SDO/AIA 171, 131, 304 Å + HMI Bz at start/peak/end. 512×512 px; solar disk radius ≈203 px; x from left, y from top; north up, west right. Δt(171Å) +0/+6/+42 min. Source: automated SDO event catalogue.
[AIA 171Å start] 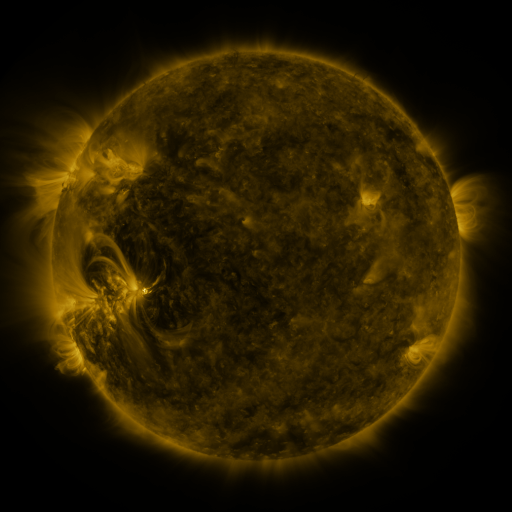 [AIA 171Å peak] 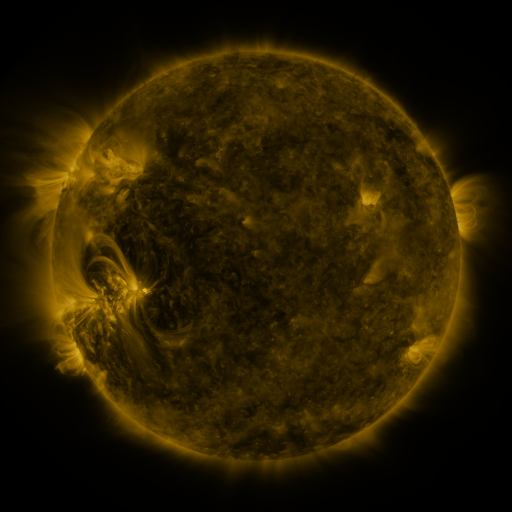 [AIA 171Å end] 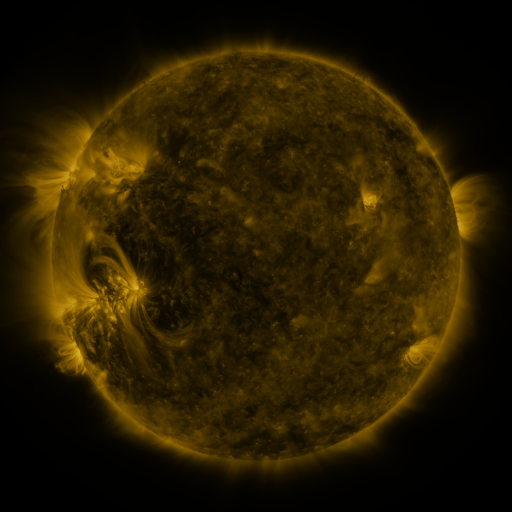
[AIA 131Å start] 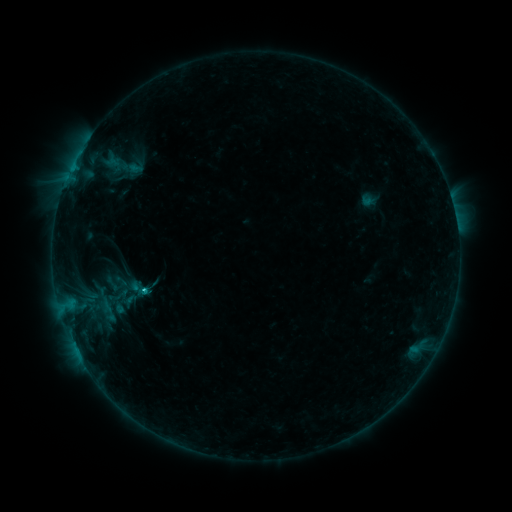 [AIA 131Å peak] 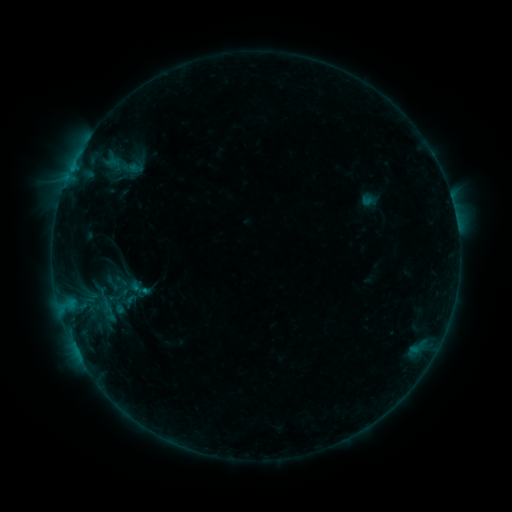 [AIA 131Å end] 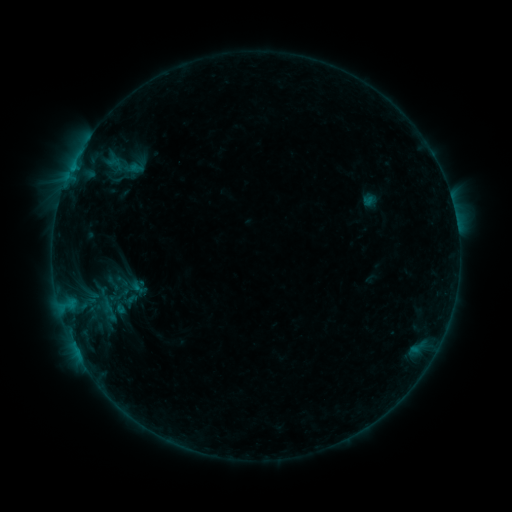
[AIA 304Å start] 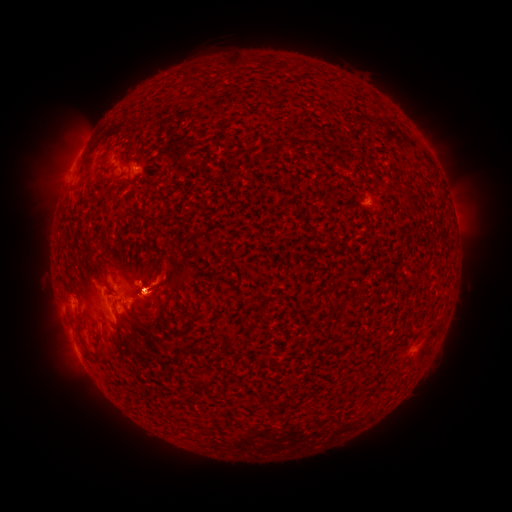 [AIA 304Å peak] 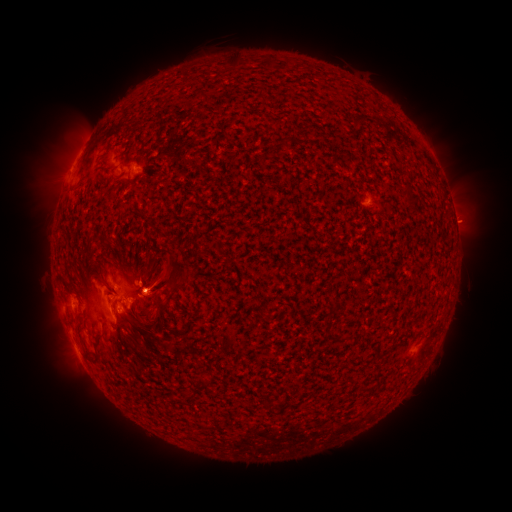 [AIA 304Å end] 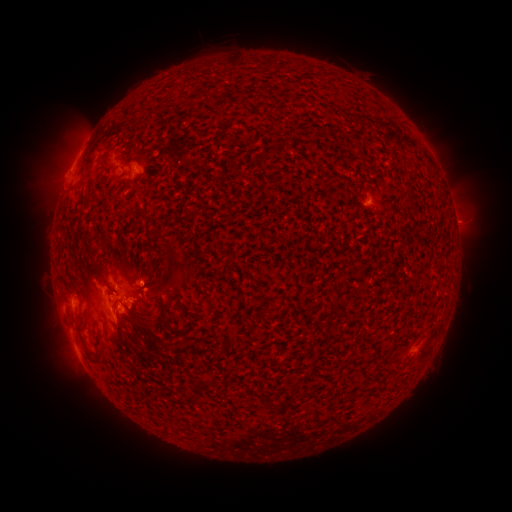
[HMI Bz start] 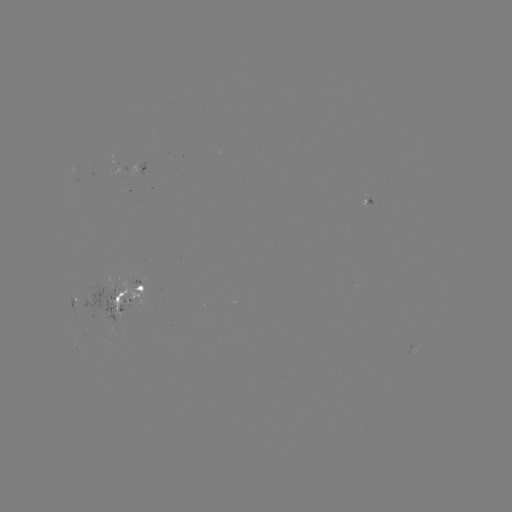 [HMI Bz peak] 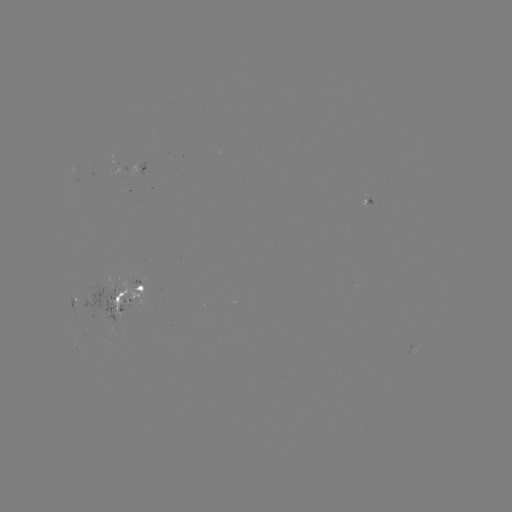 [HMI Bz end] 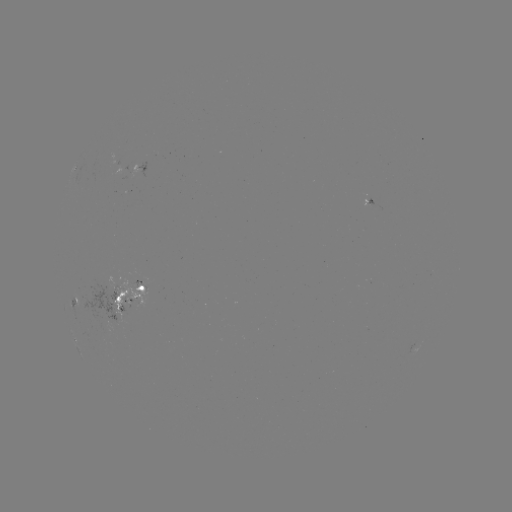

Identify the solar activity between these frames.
emerging-flux region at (108, 308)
